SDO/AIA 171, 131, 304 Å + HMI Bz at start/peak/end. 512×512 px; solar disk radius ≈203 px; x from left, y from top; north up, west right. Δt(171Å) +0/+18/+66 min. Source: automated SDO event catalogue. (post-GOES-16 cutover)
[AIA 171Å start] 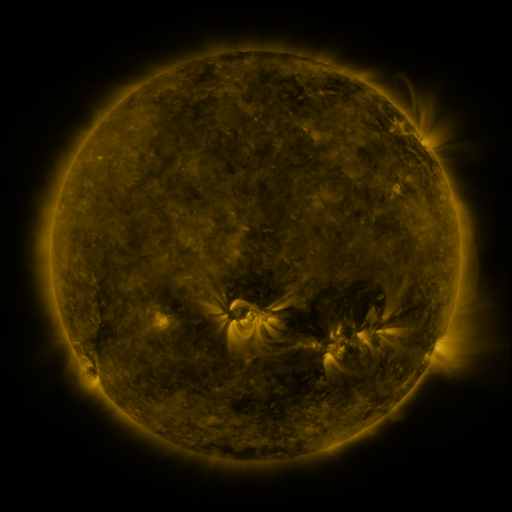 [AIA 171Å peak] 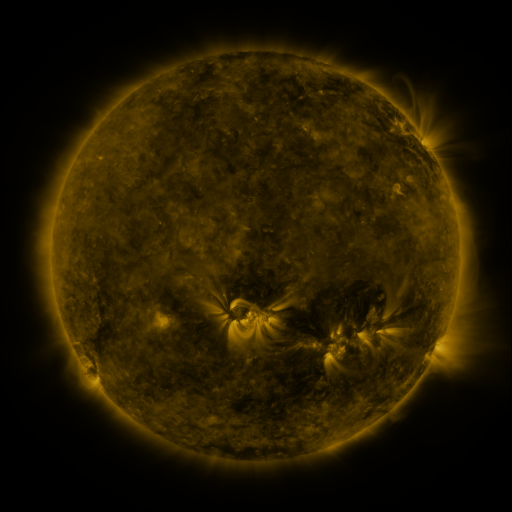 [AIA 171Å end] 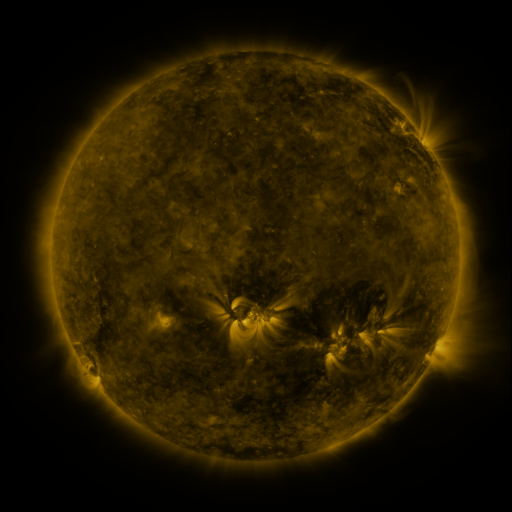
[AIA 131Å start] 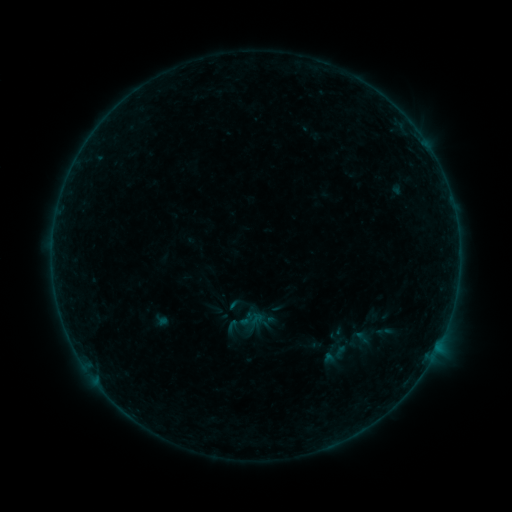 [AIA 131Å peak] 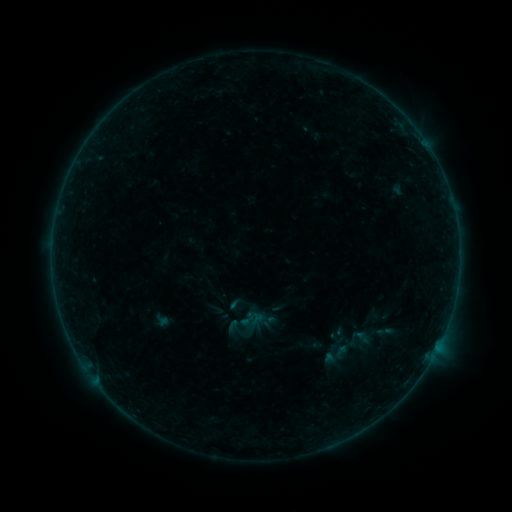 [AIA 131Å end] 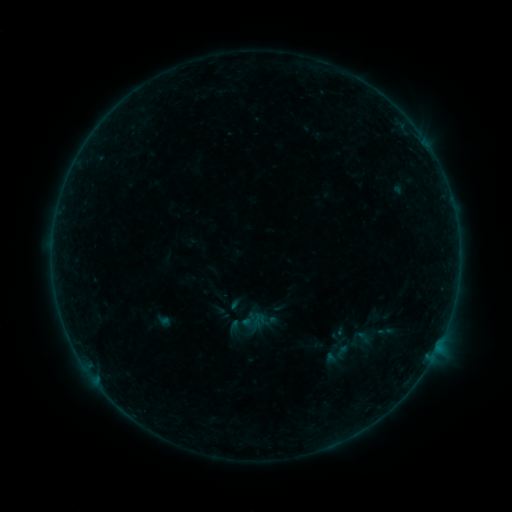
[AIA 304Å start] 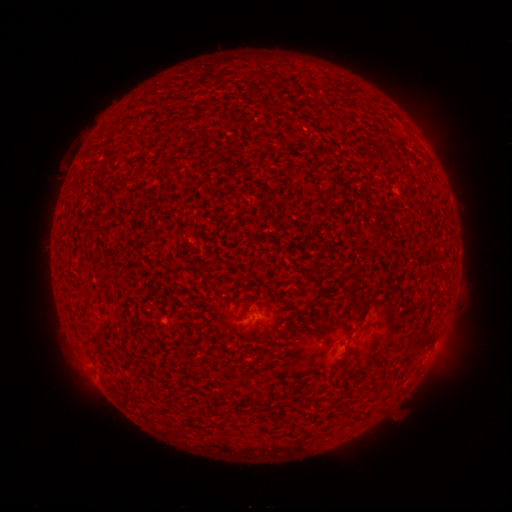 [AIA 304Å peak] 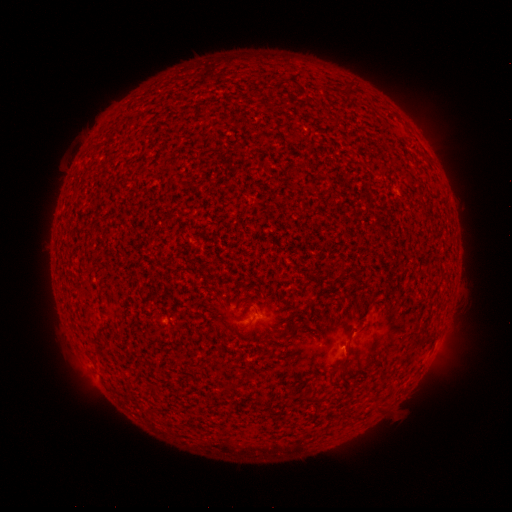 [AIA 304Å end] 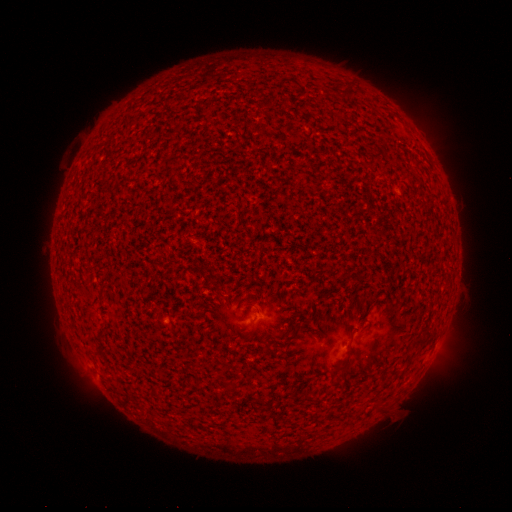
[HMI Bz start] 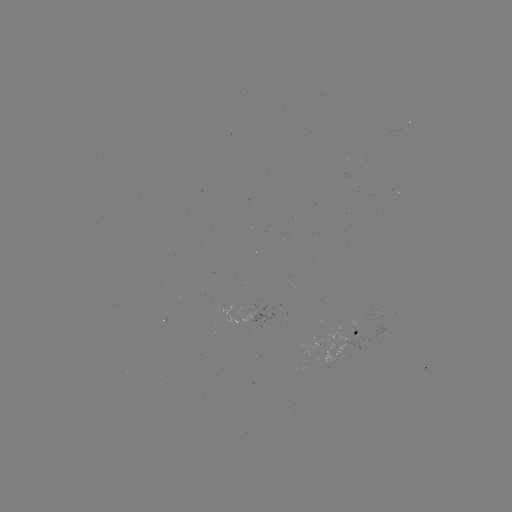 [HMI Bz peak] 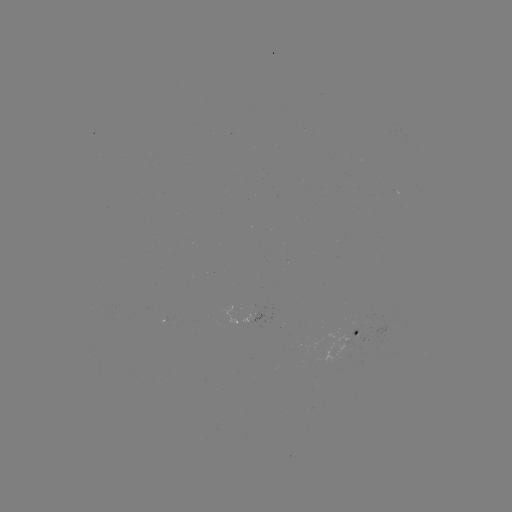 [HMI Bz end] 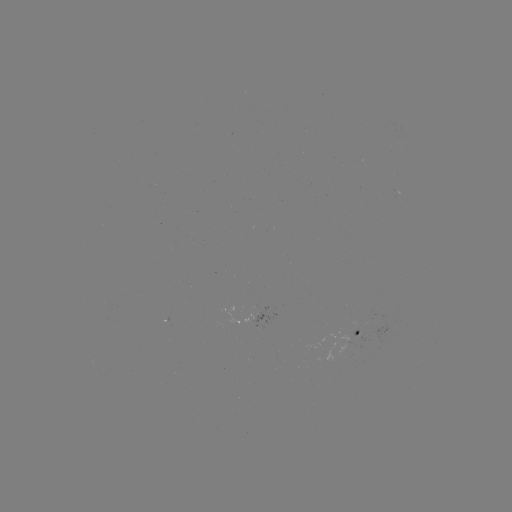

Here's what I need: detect A8.1 flare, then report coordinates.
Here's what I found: A8.1 flare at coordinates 344,344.